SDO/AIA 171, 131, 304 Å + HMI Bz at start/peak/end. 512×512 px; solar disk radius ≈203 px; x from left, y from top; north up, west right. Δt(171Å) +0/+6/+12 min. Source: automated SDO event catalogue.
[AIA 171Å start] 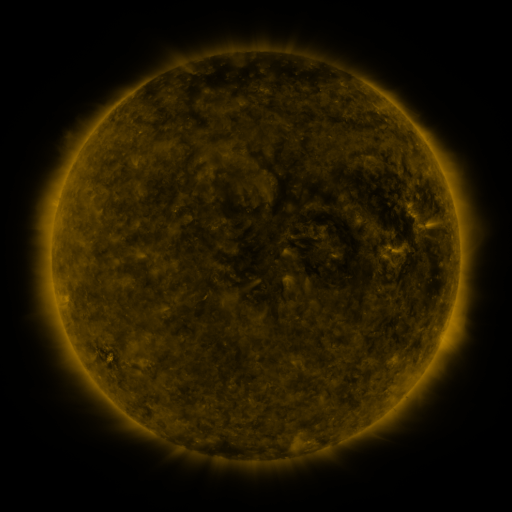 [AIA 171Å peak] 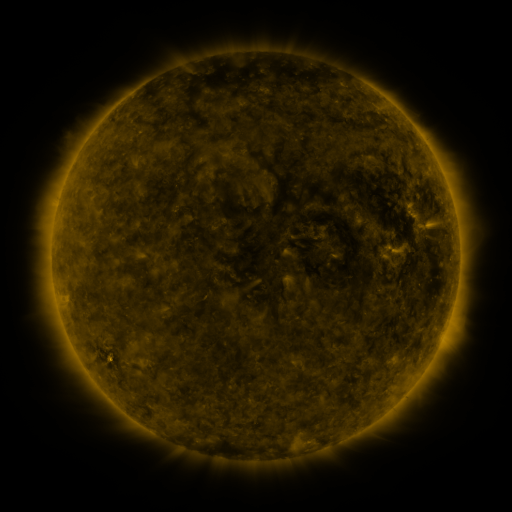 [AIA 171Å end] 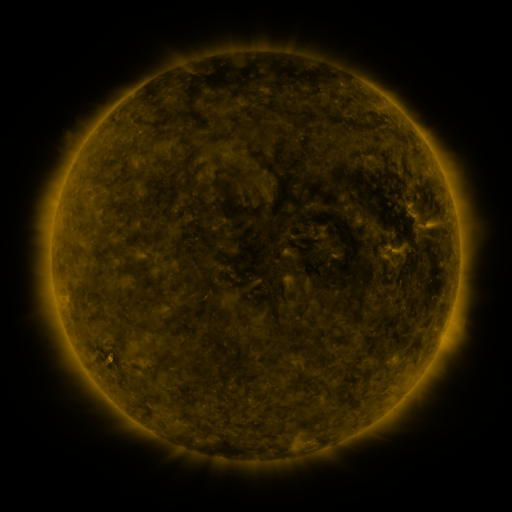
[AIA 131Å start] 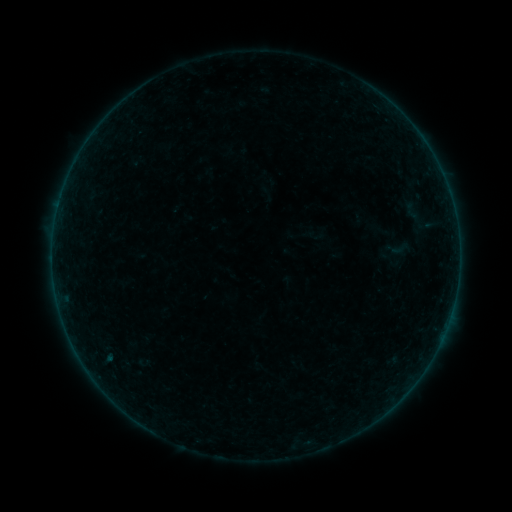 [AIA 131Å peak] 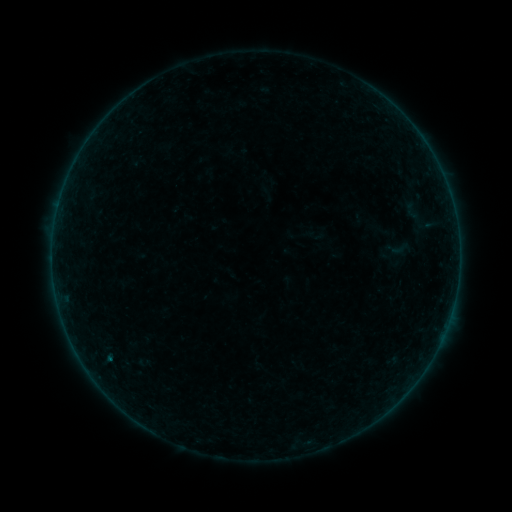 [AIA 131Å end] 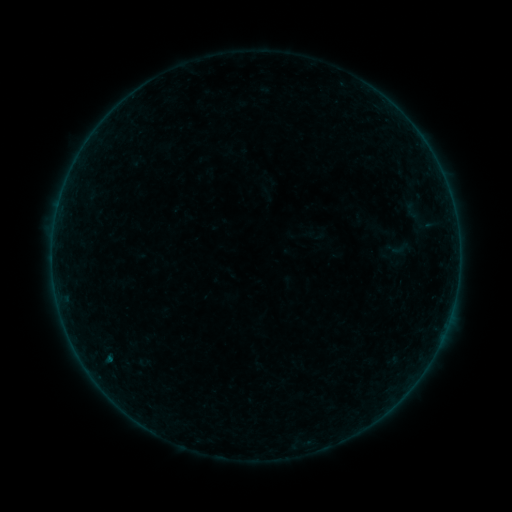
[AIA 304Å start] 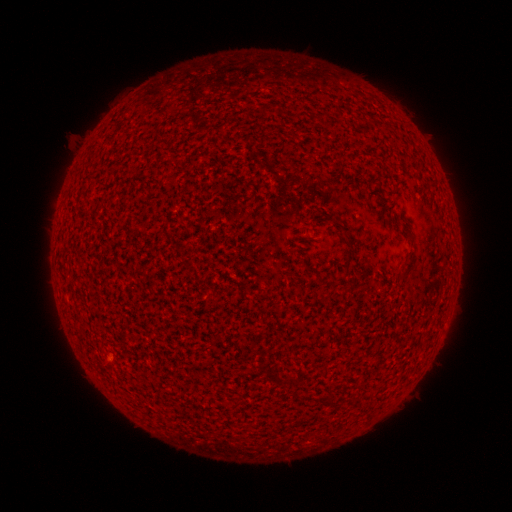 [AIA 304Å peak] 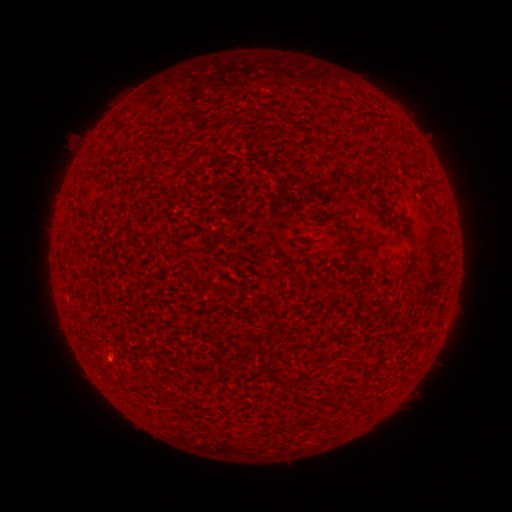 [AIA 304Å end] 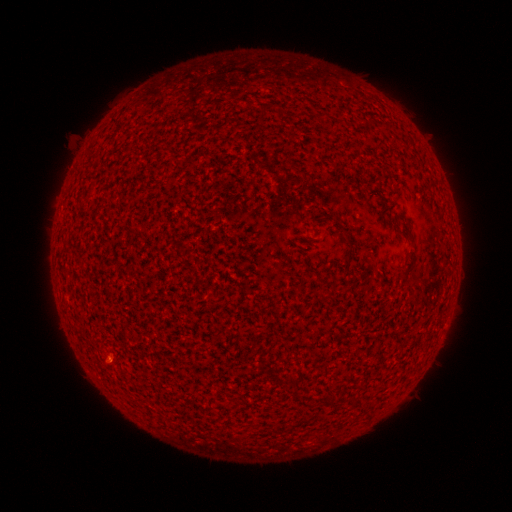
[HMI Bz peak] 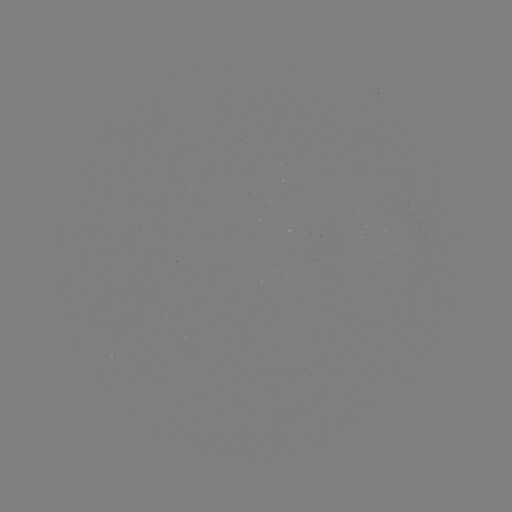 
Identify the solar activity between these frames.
B1.1 flare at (110, 357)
